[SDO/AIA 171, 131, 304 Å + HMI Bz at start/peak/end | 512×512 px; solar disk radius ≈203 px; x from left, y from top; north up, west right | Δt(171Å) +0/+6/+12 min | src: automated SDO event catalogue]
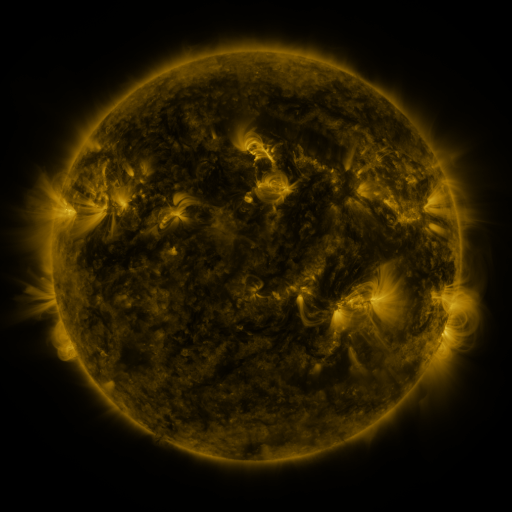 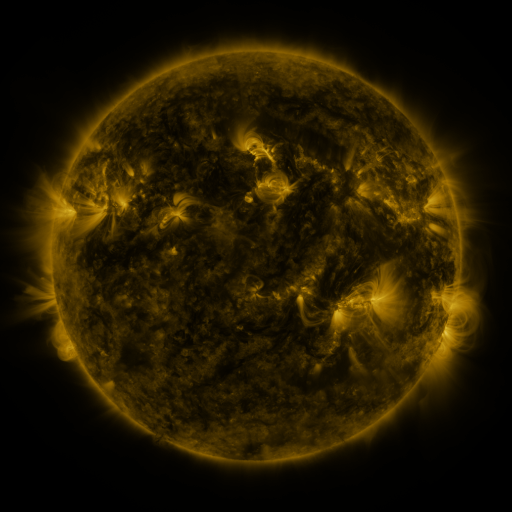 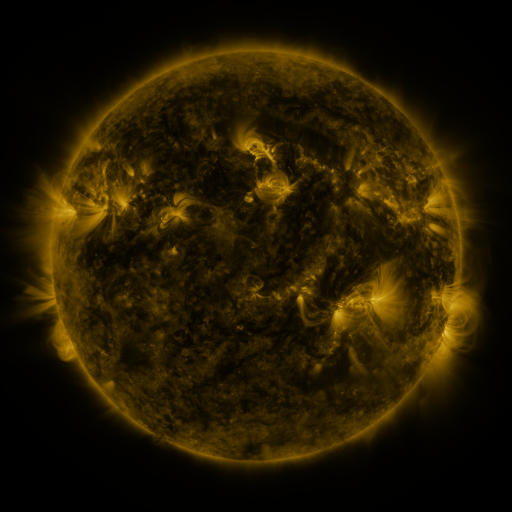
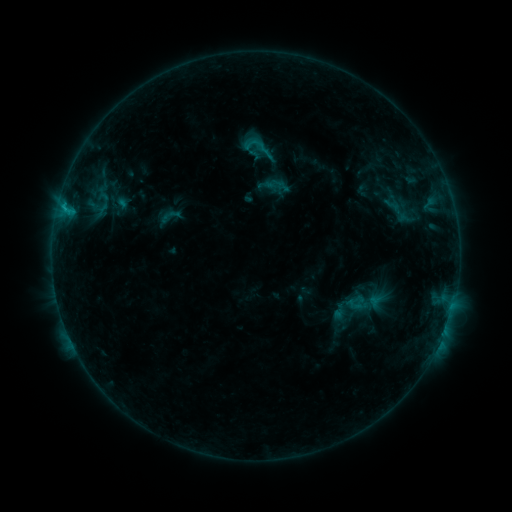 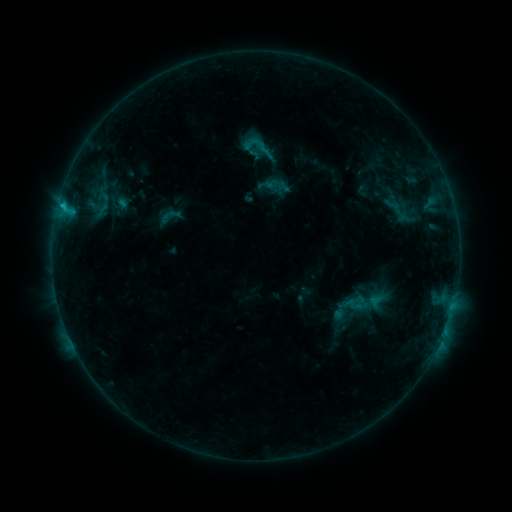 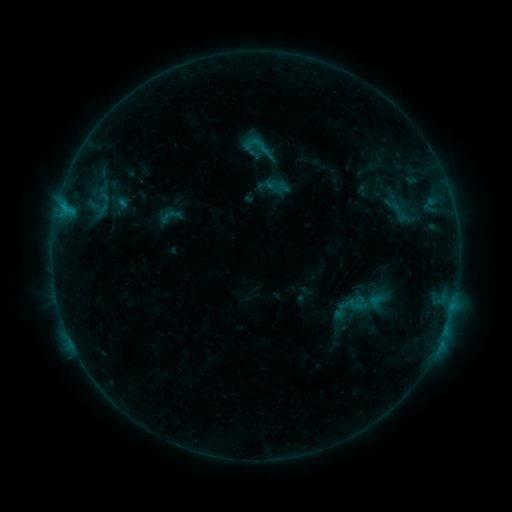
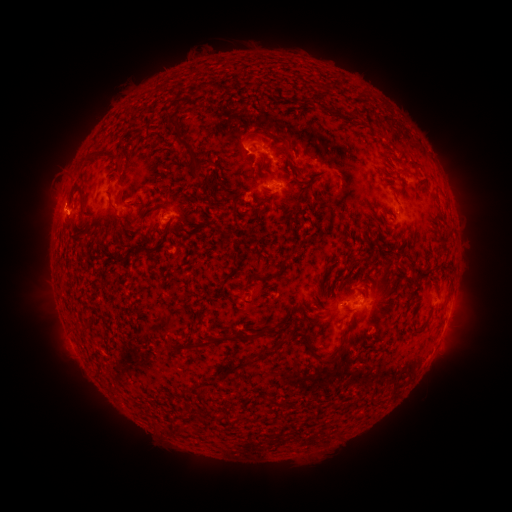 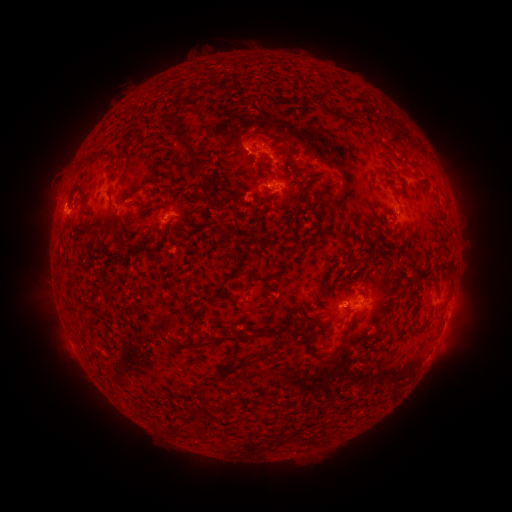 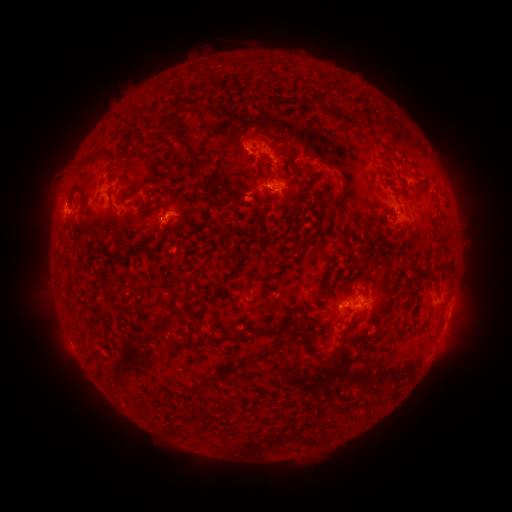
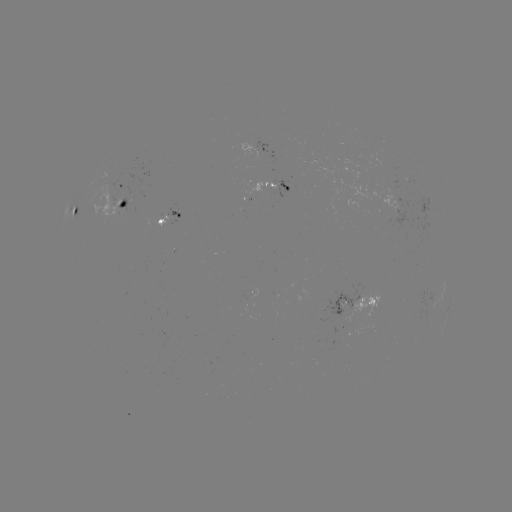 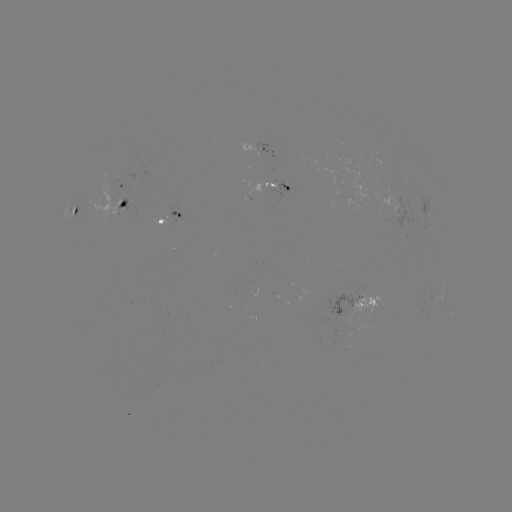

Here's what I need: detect C1.0 flare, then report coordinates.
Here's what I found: C1.0 flare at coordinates [64, 210].